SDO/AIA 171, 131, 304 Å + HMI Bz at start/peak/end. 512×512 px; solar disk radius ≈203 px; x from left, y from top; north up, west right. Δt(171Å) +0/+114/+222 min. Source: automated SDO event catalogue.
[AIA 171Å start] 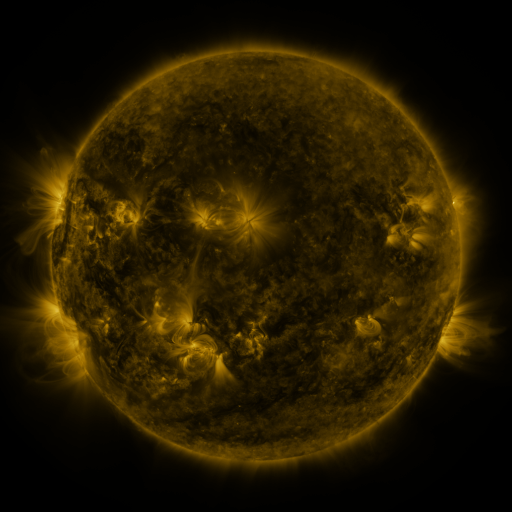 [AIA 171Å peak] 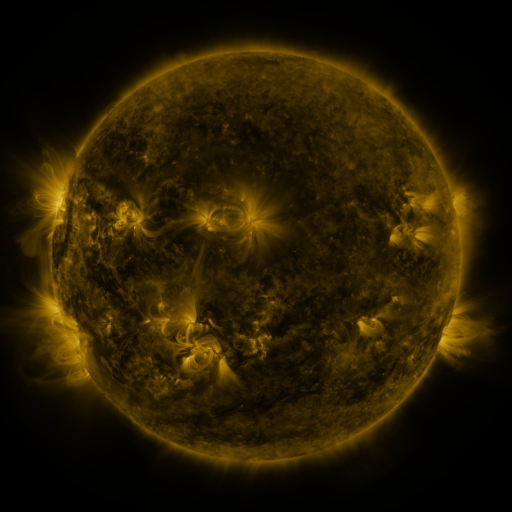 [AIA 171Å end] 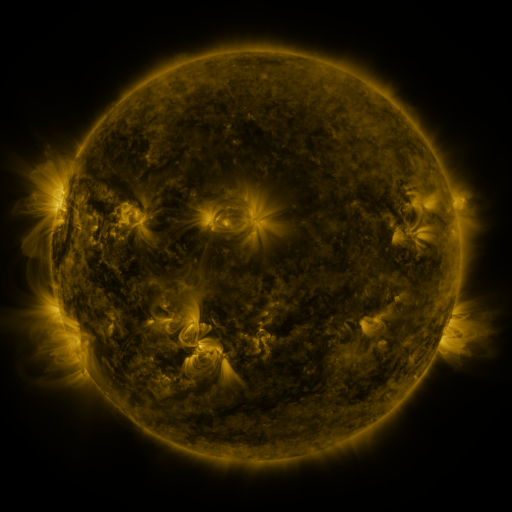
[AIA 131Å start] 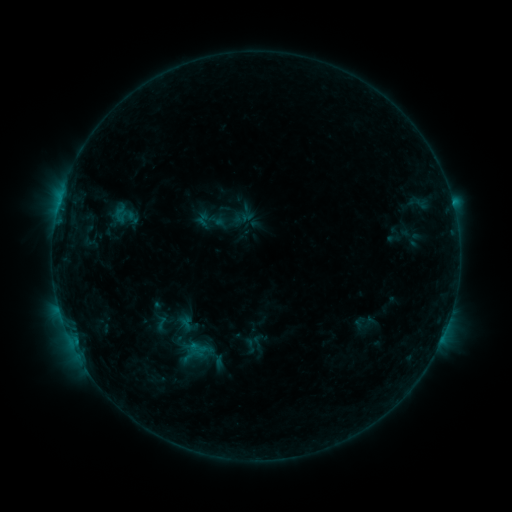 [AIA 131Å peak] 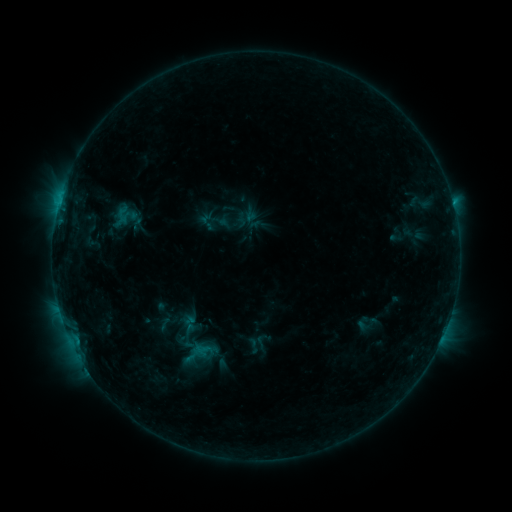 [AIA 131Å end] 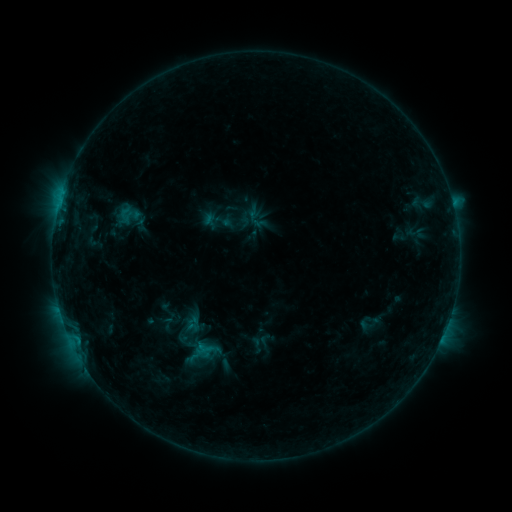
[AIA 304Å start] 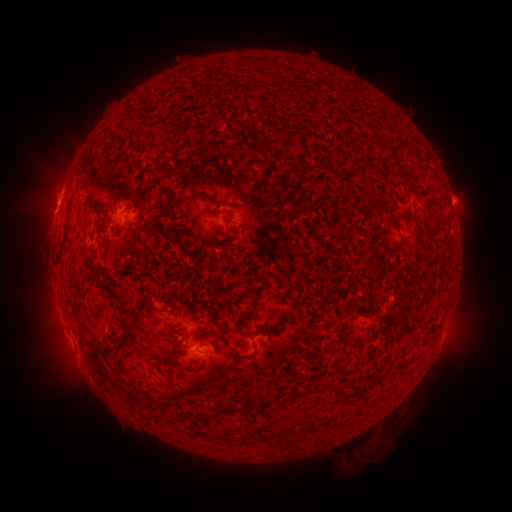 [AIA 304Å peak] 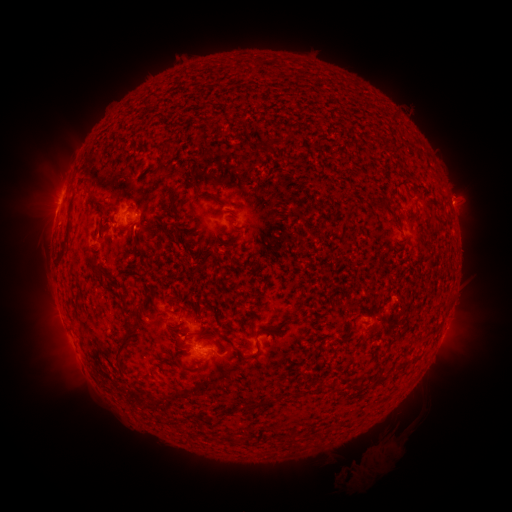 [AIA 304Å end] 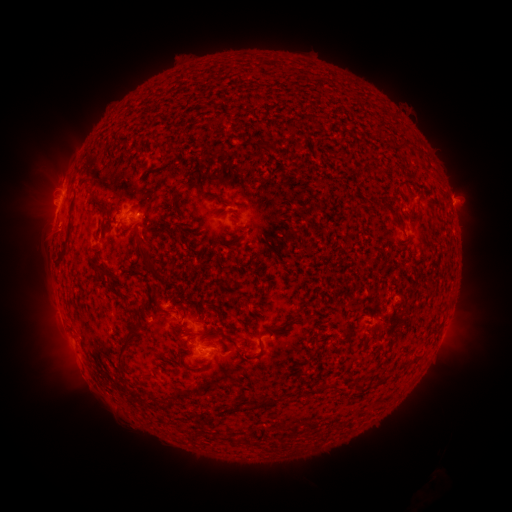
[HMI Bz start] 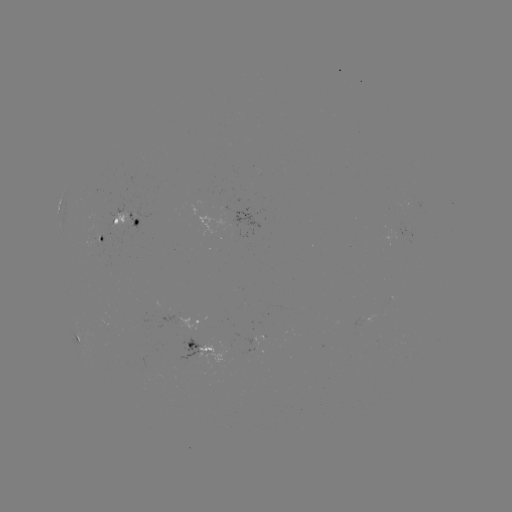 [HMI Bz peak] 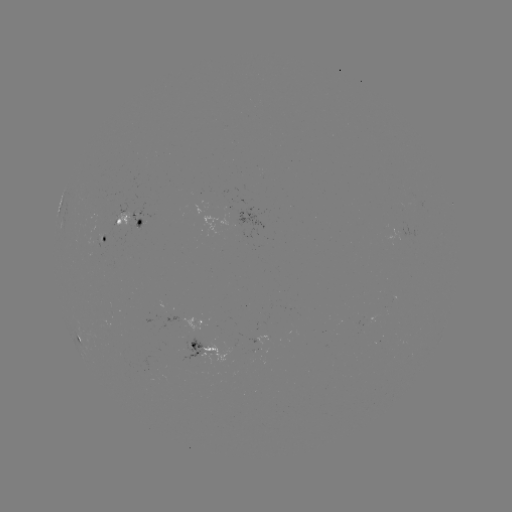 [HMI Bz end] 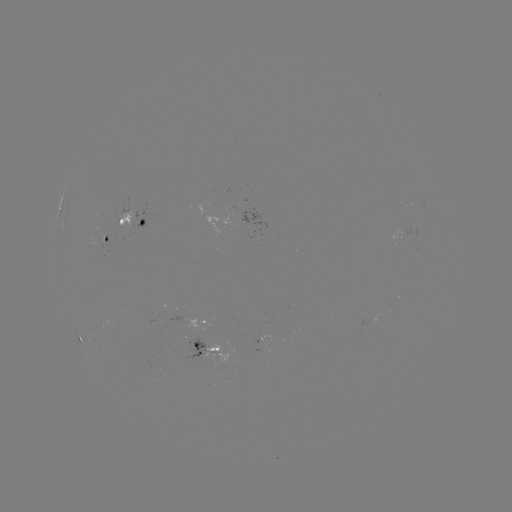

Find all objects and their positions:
filament eruption: (379, 450)
